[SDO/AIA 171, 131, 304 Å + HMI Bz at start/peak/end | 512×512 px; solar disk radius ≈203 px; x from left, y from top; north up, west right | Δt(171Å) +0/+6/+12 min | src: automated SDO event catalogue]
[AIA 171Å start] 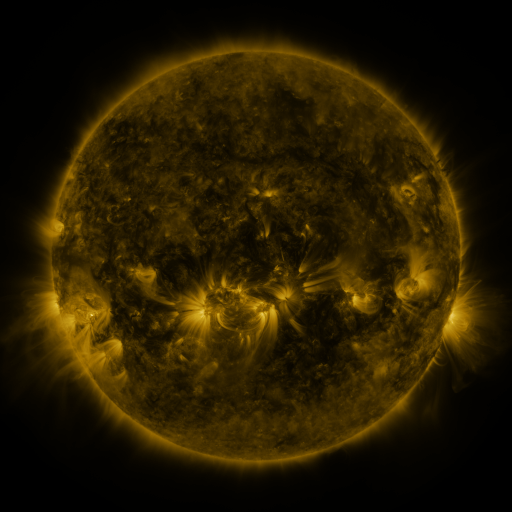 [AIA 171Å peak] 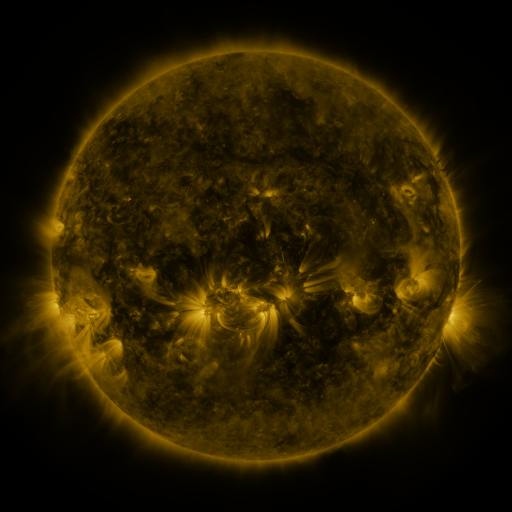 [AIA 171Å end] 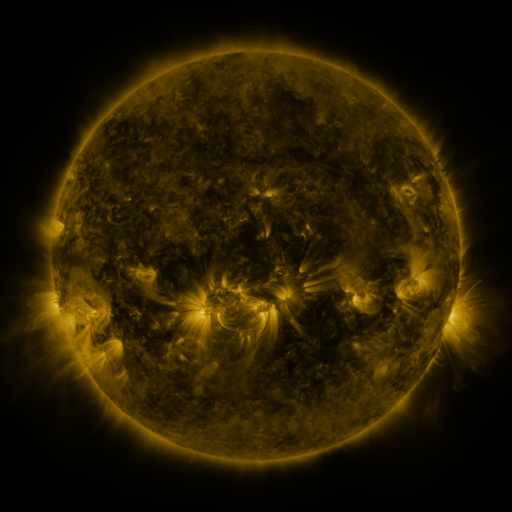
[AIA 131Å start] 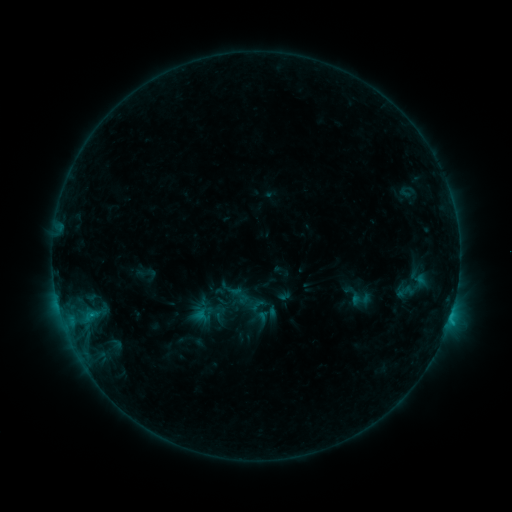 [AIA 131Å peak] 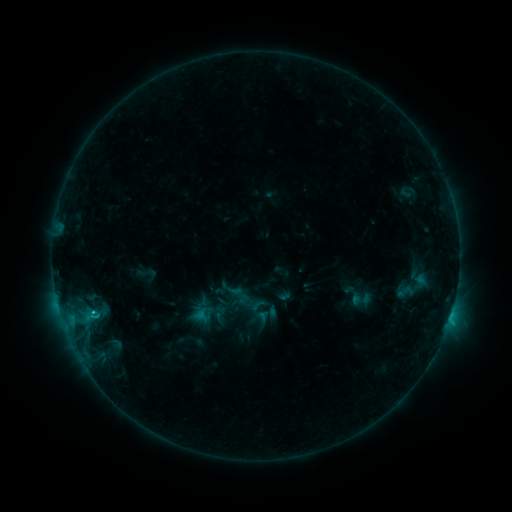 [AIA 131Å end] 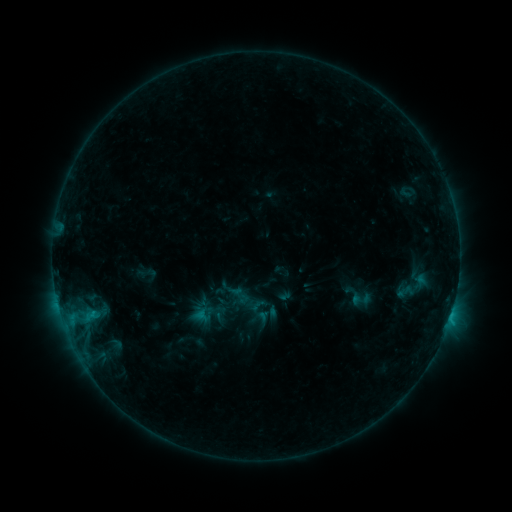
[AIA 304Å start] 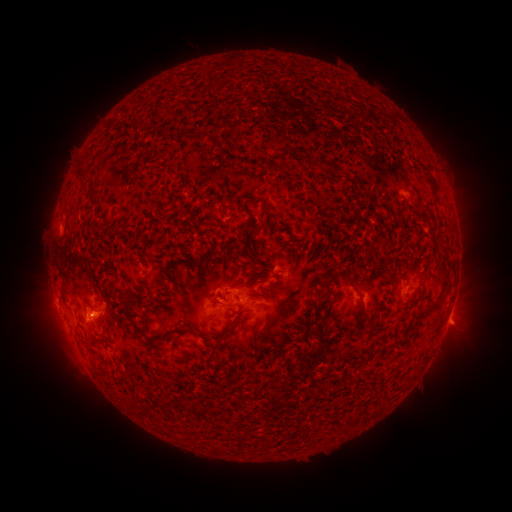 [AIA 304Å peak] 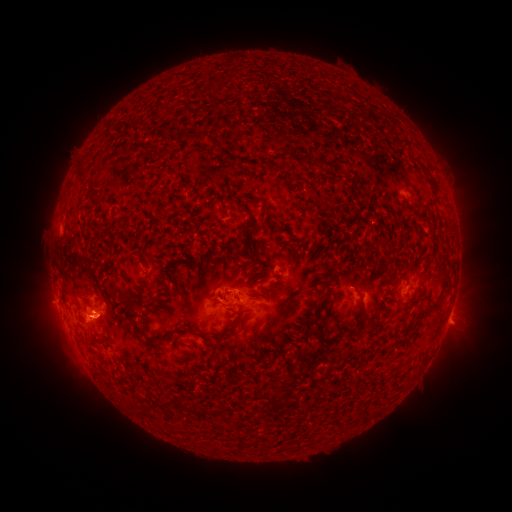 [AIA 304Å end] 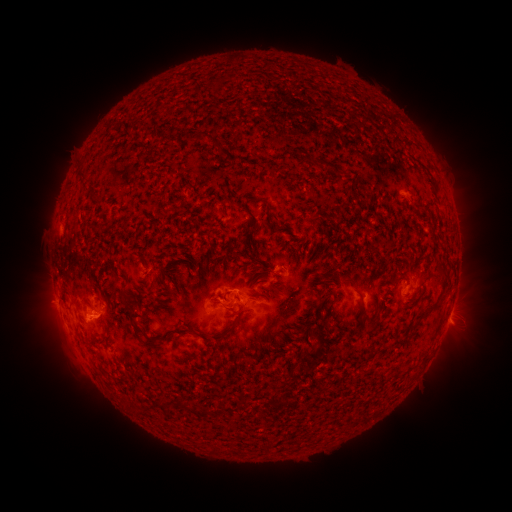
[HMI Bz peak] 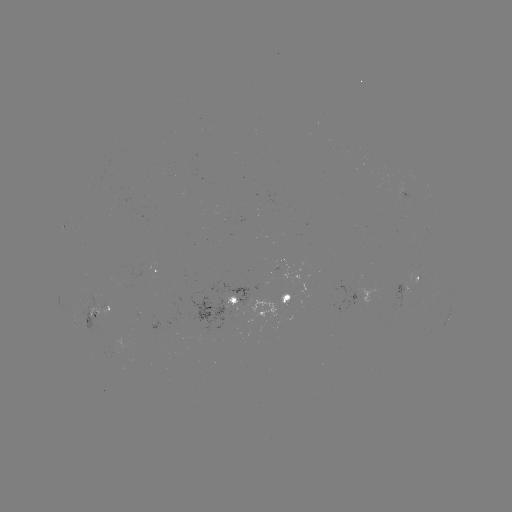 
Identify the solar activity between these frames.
C1.0 flare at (92, 311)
